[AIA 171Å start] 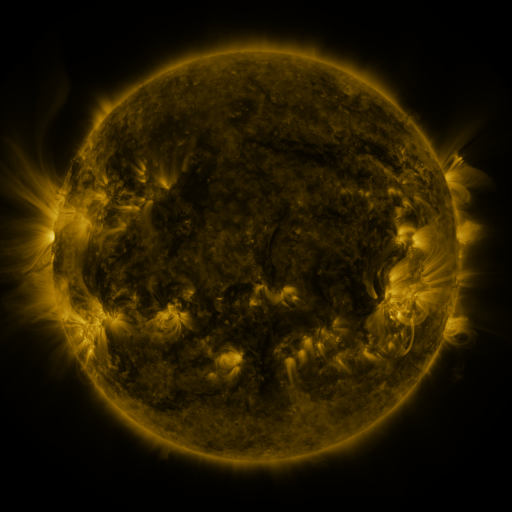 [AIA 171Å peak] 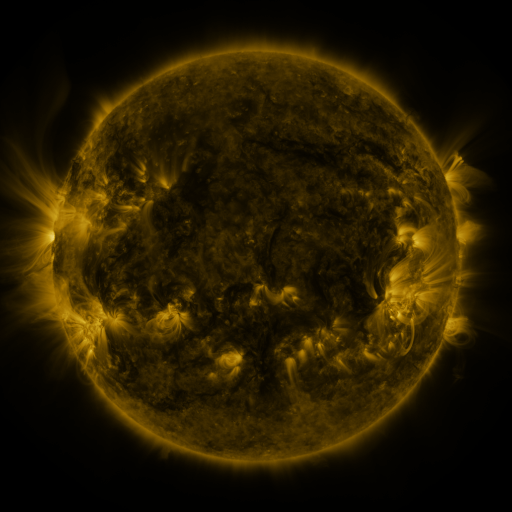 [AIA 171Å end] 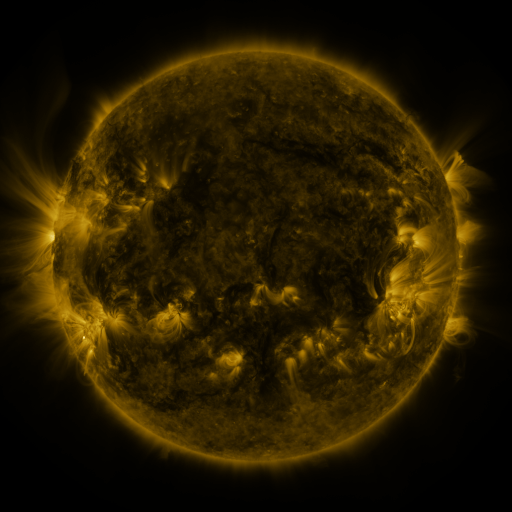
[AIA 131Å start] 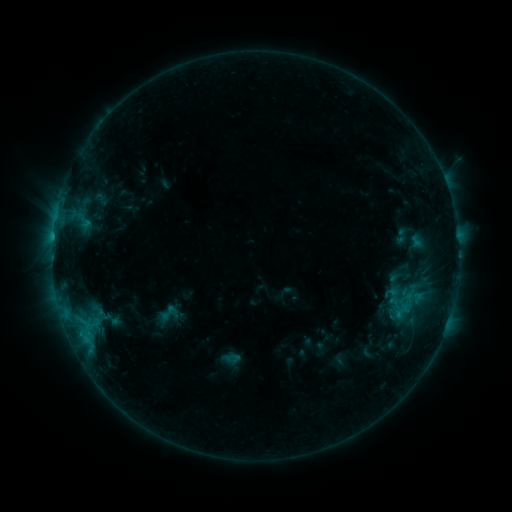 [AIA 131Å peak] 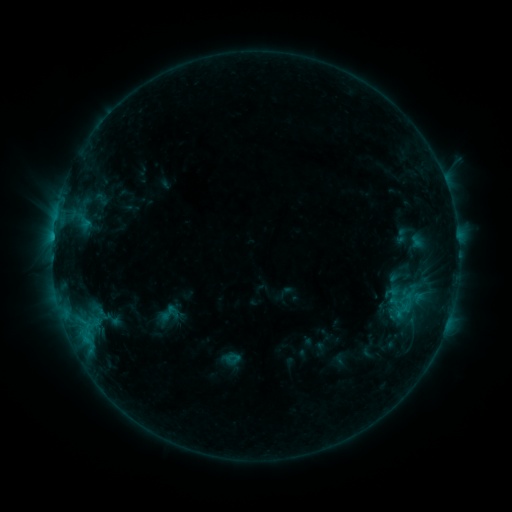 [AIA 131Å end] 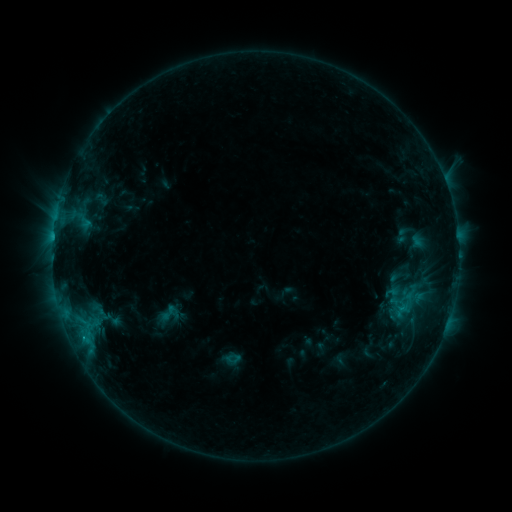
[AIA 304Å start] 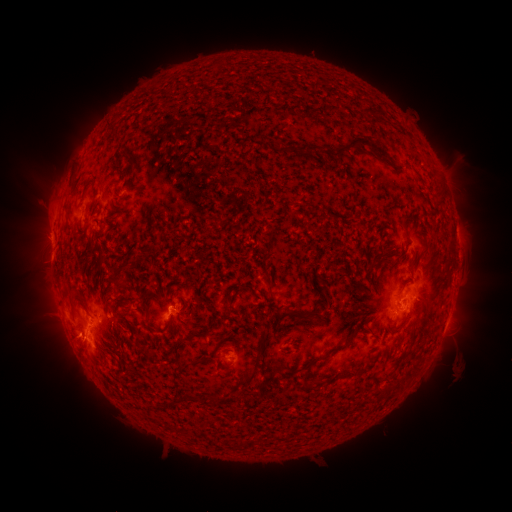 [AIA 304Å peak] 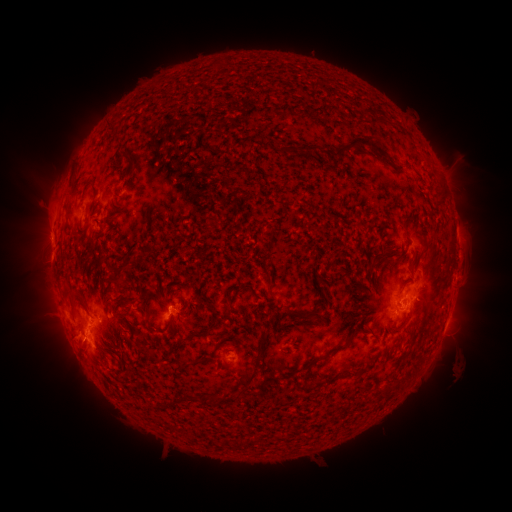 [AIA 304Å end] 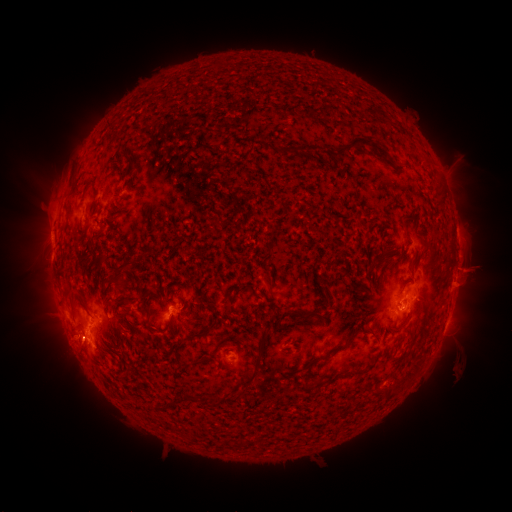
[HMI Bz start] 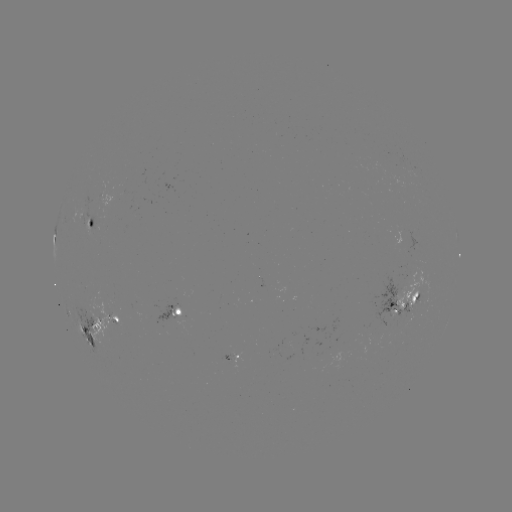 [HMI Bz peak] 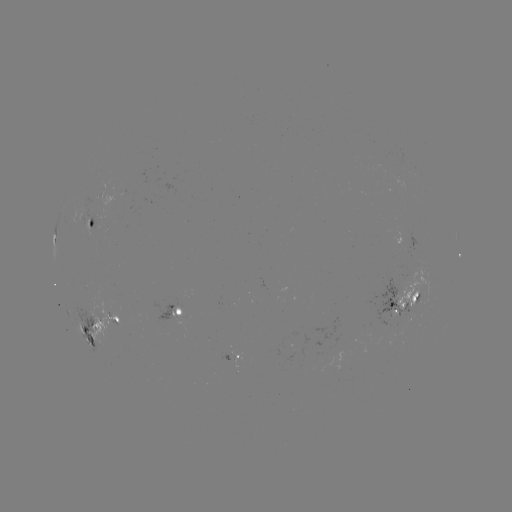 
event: eruption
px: (469, 280)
